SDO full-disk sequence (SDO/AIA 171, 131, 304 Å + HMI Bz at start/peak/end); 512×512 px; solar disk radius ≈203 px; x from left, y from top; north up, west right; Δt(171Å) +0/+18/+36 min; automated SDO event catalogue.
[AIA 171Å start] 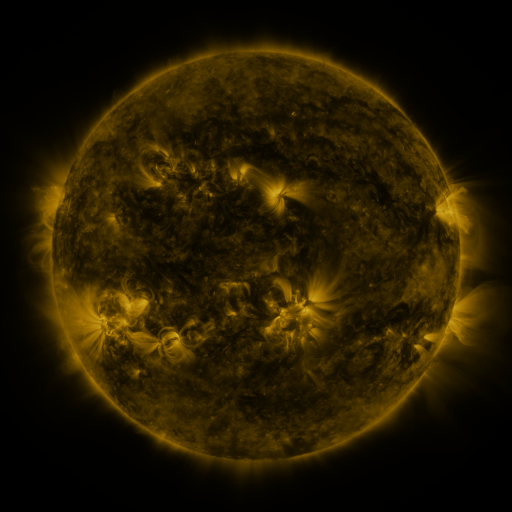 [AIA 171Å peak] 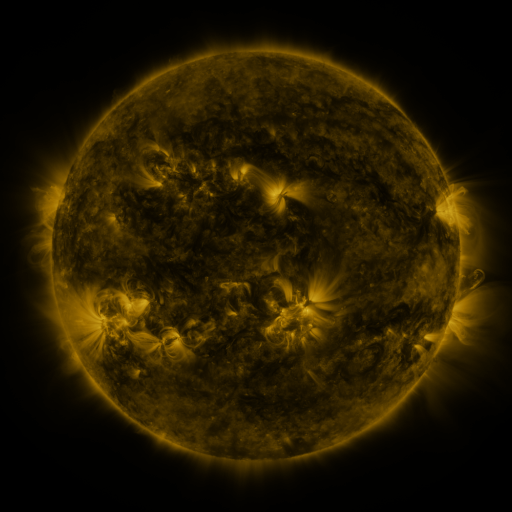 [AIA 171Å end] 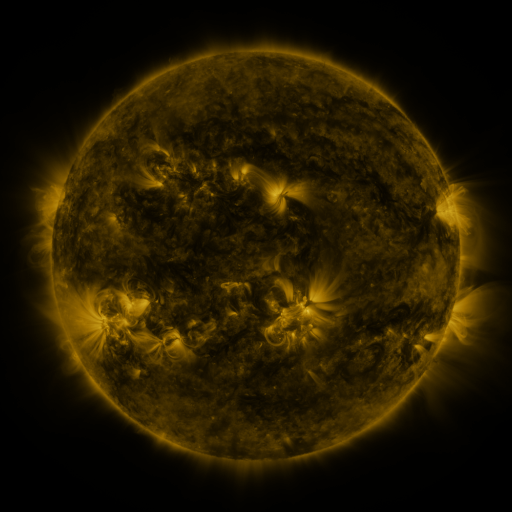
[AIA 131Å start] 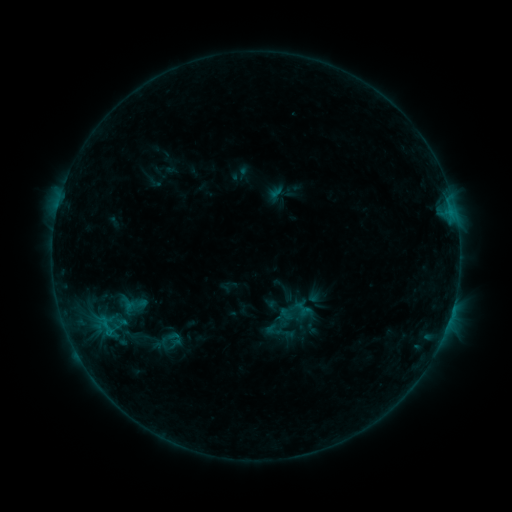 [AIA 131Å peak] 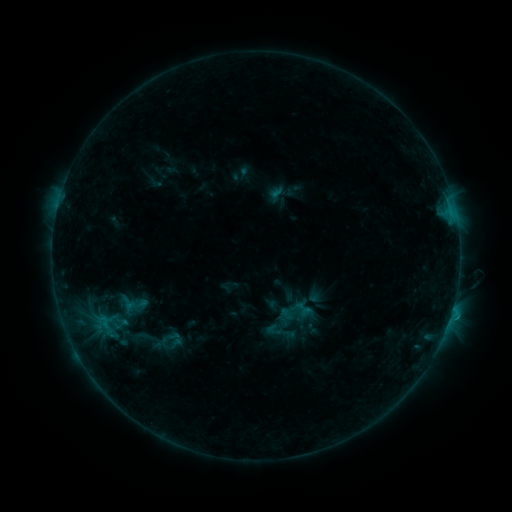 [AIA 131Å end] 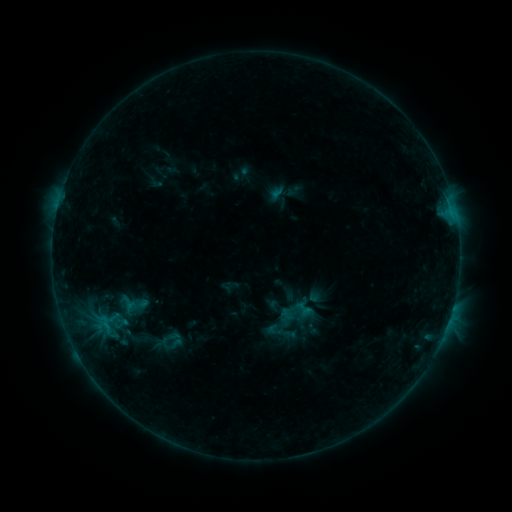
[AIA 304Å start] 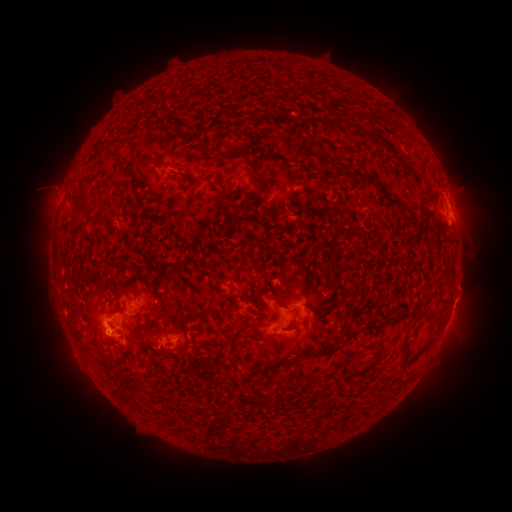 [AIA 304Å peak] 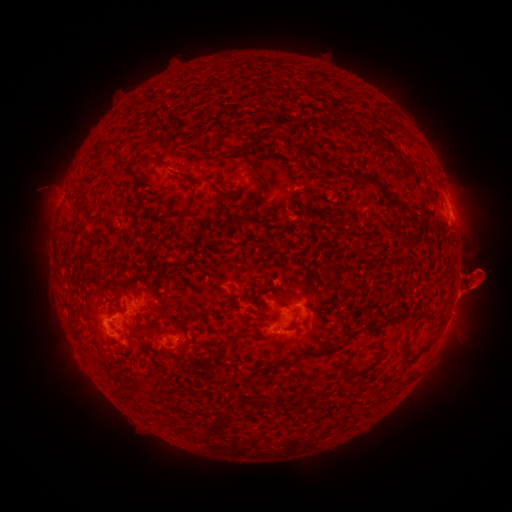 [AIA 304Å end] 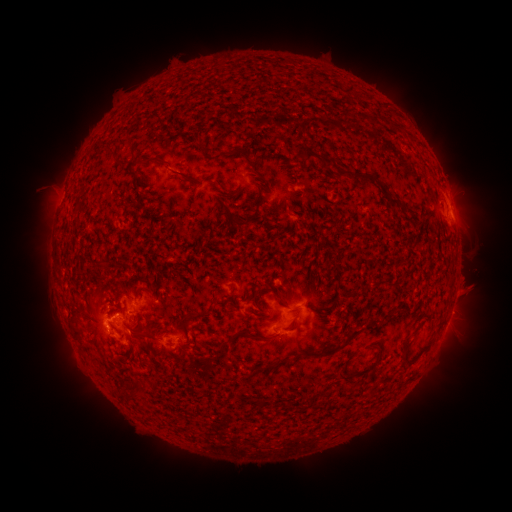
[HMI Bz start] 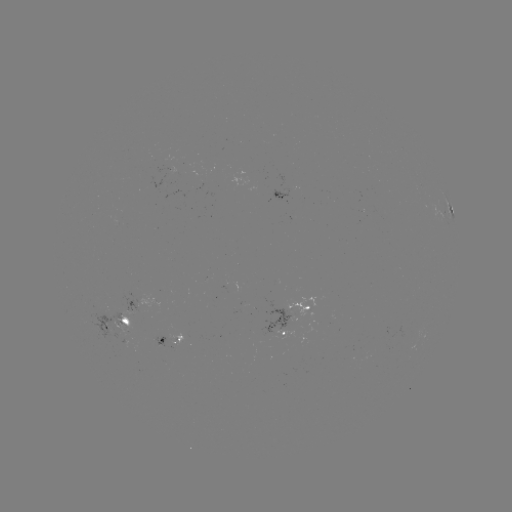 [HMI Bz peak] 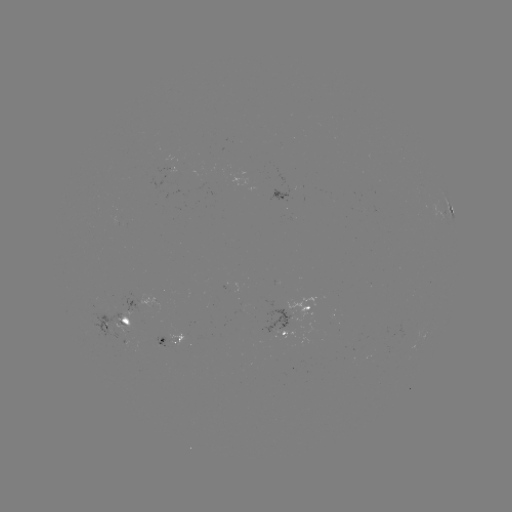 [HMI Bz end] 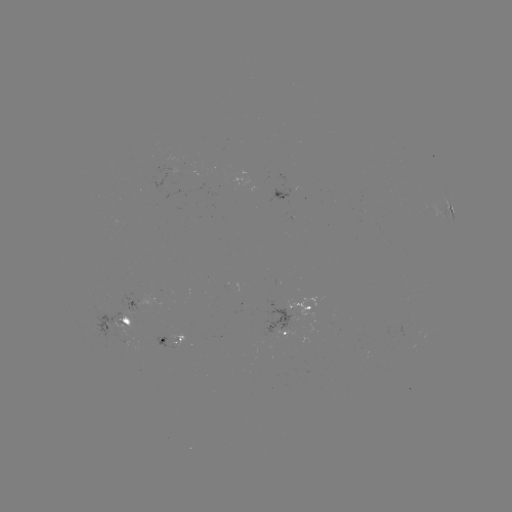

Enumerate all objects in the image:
eruption: (475, 282)
